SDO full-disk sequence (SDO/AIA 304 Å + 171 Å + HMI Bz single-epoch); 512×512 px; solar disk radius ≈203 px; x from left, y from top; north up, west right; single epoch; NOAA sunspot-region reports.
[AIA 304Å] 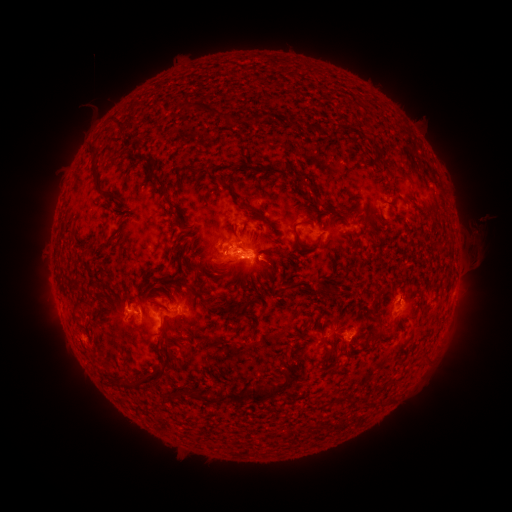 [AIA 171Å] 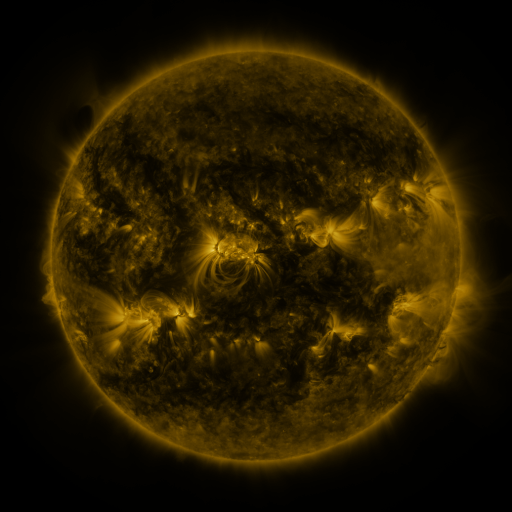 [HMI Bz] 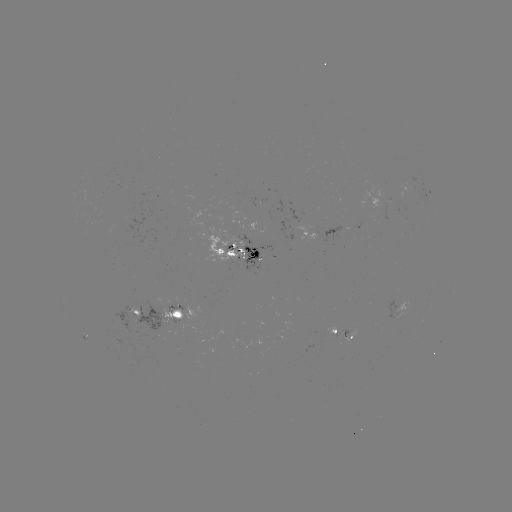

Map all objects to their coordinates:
spotted active region: (314, 231)
spotted active region: (241, 249)
spotted active region: (402, 307)
spotted active region: (136, 316)
spotted active region: (178, 318)
spotted active region: (341, 331)
